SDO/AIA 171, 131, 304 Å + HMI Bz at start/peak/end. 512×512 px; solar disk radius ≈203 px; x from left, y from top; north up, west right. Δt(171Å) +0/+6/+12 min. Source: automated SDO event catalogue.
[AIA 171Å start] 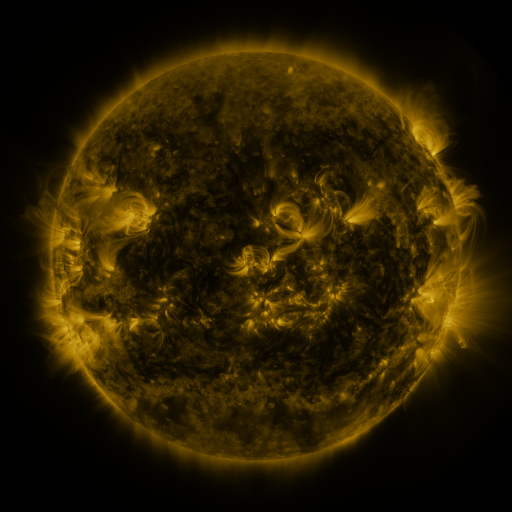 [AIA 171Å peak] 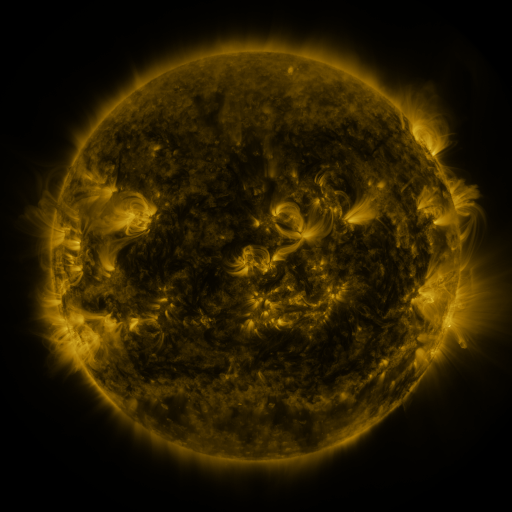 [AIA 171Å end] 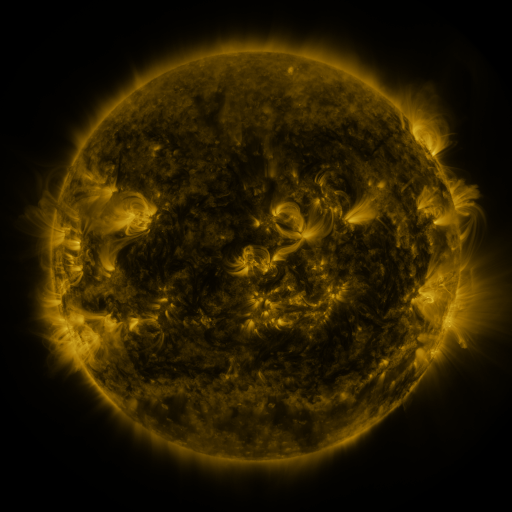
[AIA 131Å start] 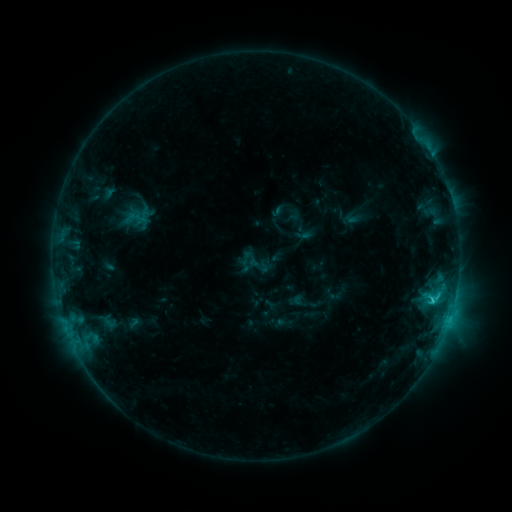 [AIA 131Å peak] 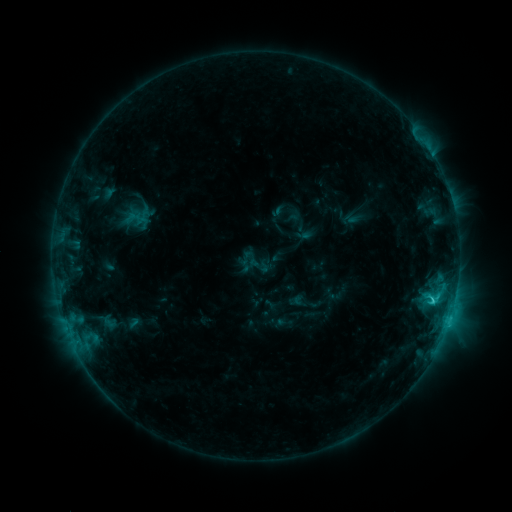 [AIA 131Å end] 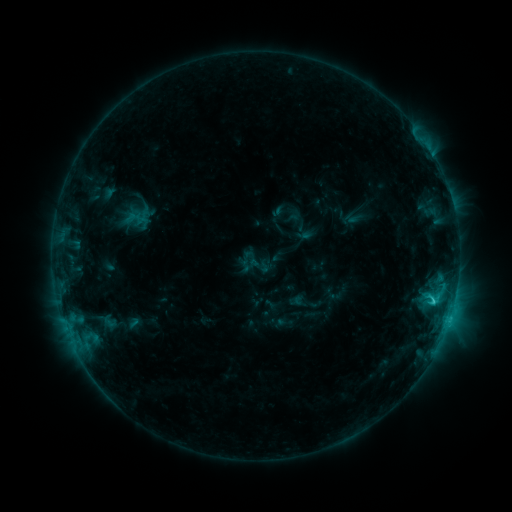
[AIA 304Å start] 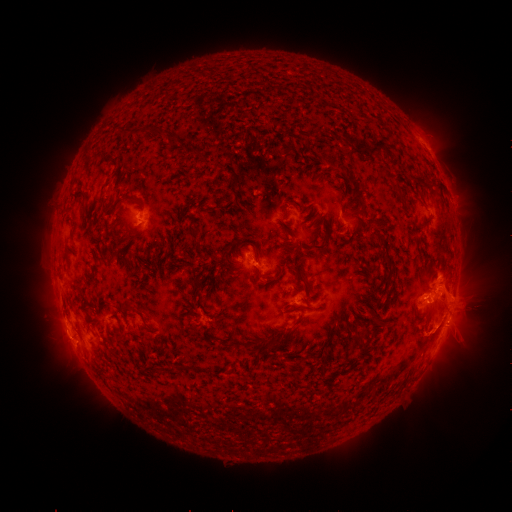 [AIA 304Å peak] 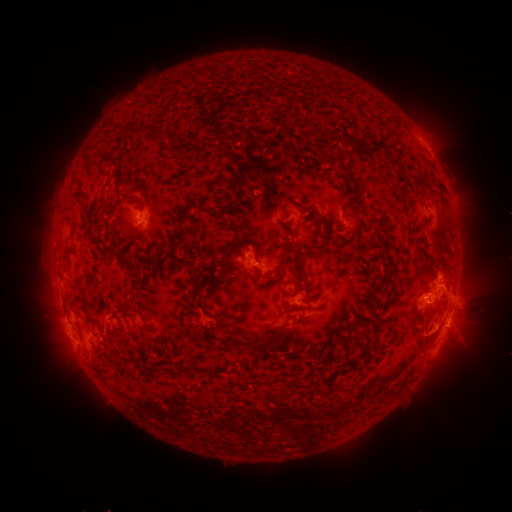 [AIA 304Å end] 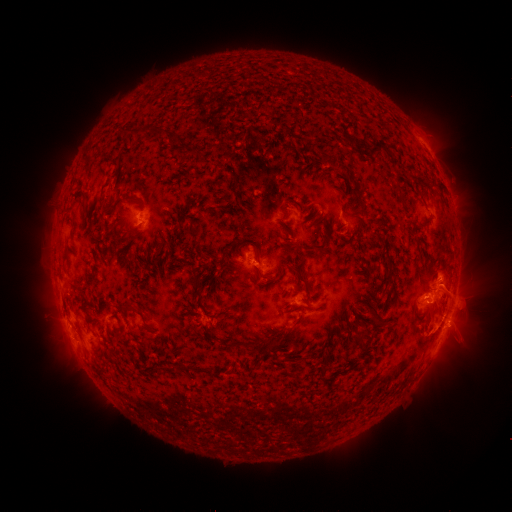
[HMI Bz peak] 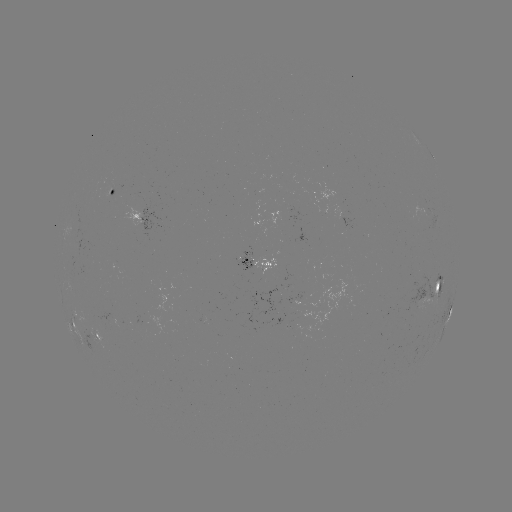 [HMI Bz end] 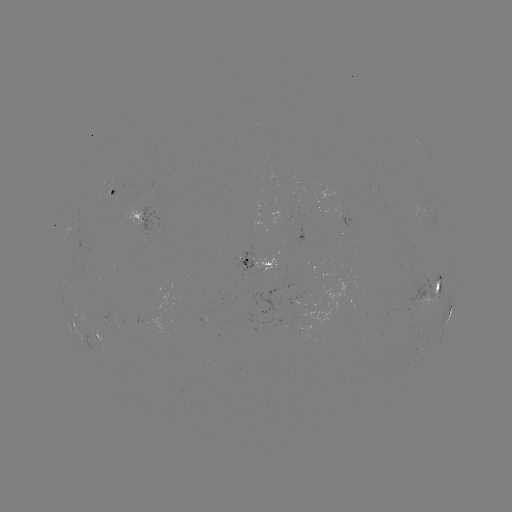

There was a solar eruption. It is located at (466, 308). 